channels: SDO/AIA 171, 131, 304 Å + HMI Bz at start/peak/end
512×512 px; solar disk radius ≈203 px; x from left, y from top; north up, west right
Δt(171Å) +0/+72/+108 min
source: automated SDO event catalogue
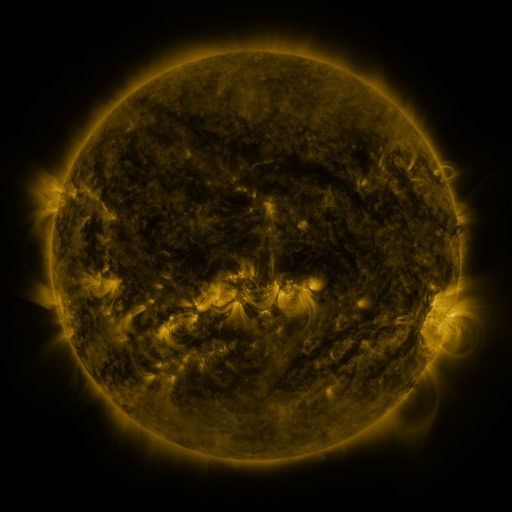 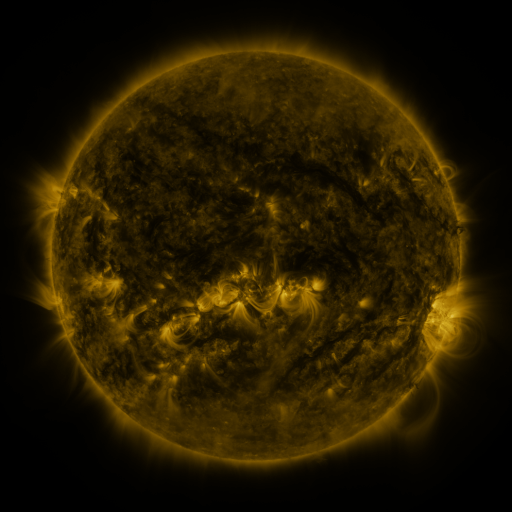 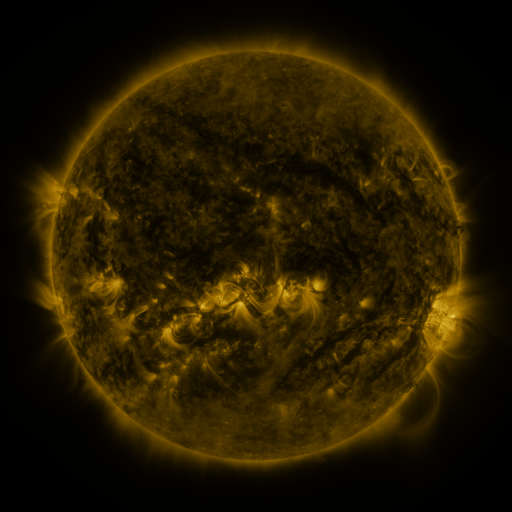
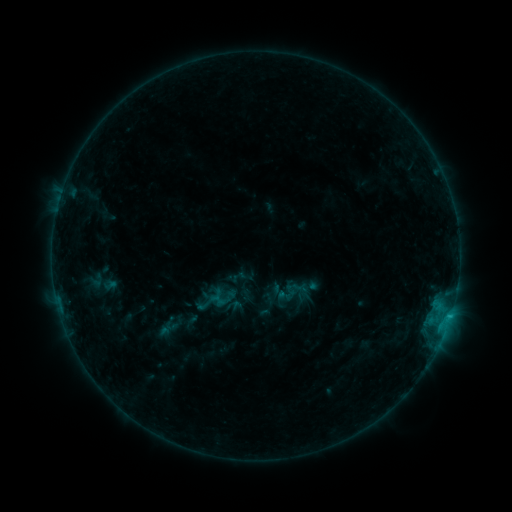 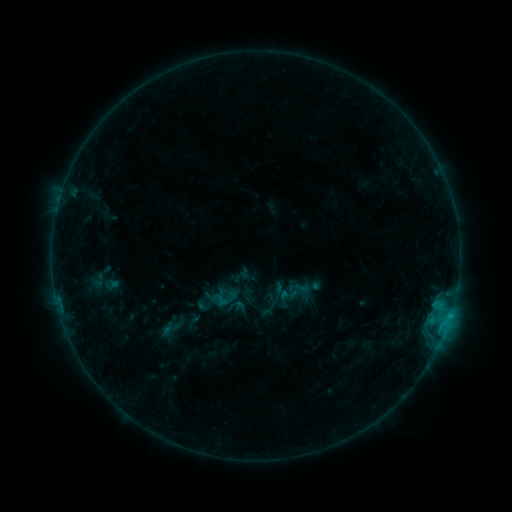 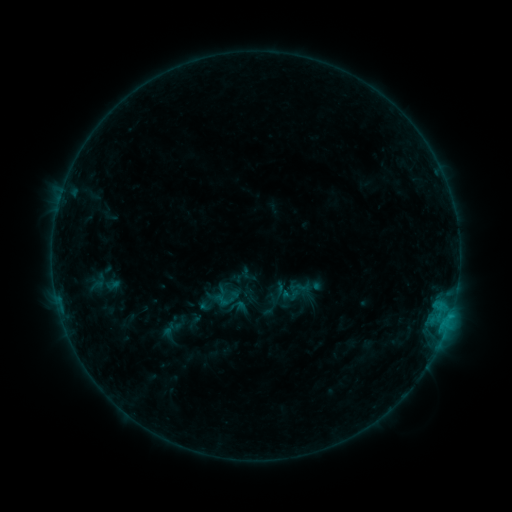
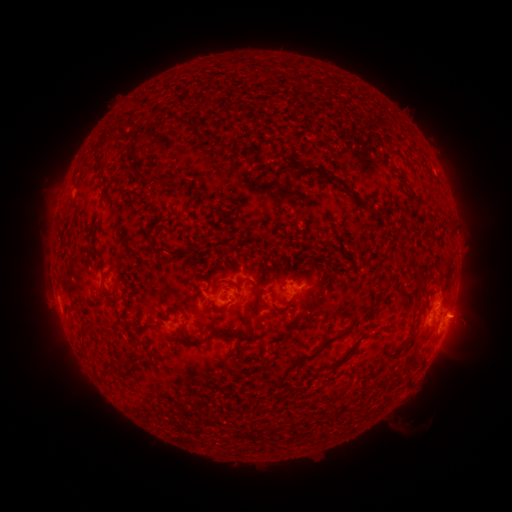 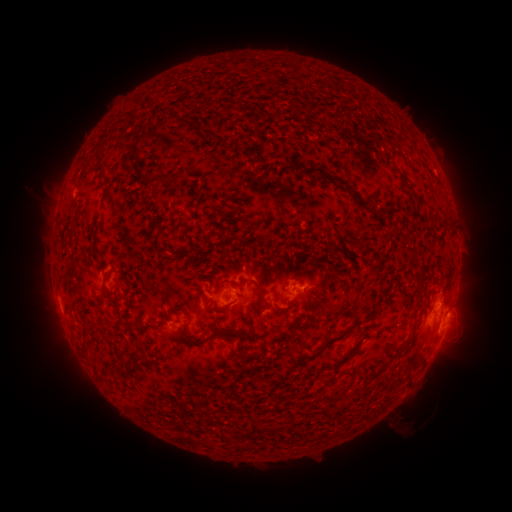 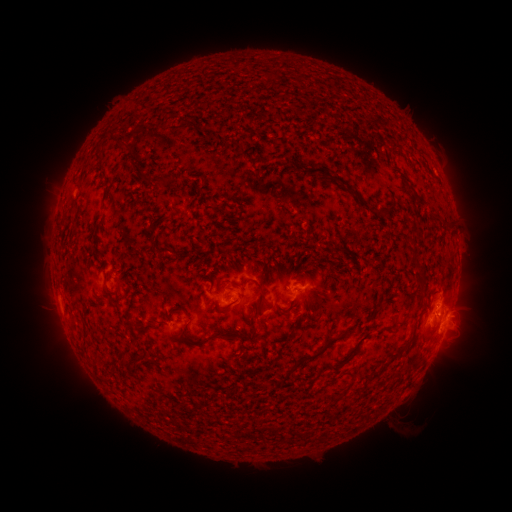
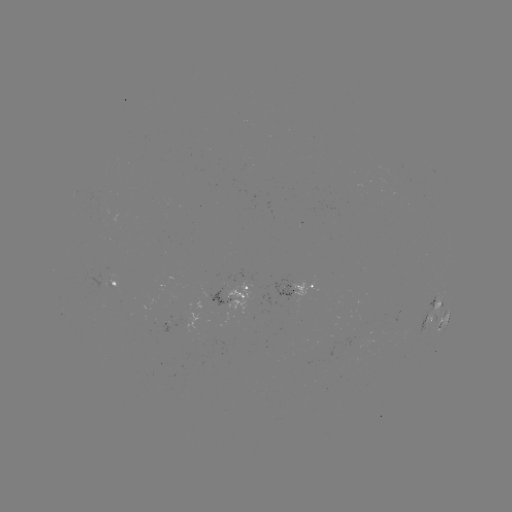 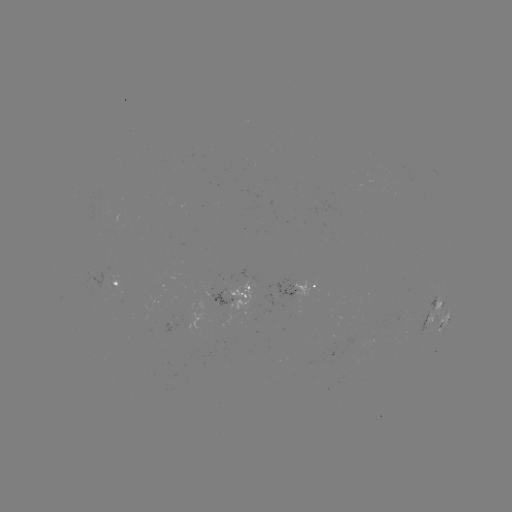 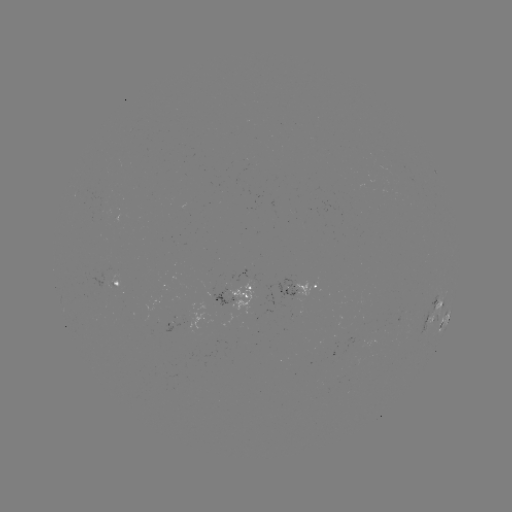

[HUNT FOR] emerging-flux region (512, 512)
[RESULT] (298, 281)